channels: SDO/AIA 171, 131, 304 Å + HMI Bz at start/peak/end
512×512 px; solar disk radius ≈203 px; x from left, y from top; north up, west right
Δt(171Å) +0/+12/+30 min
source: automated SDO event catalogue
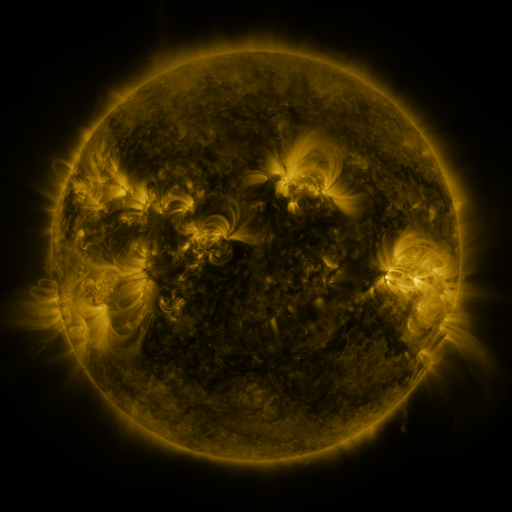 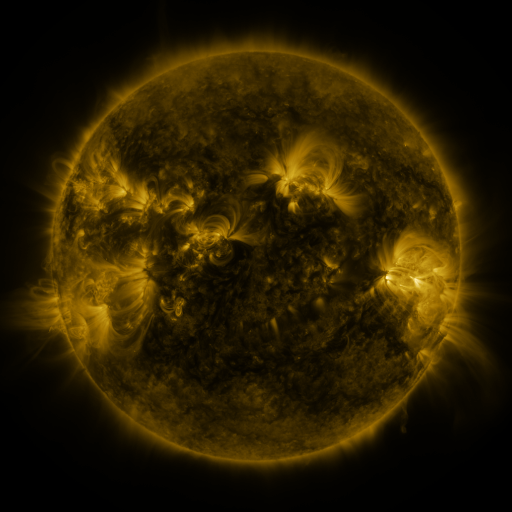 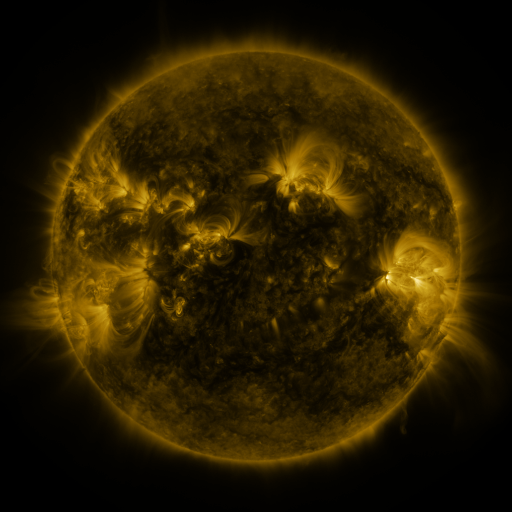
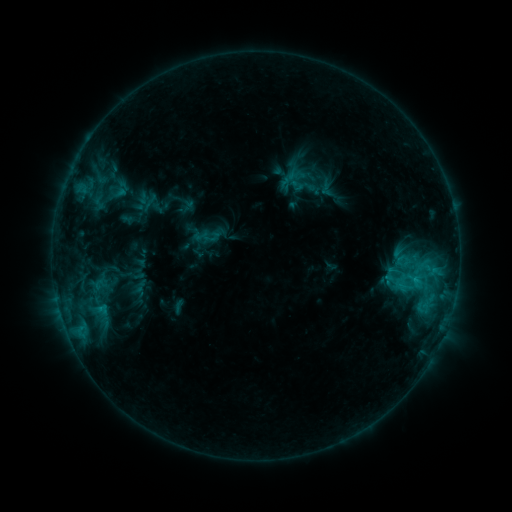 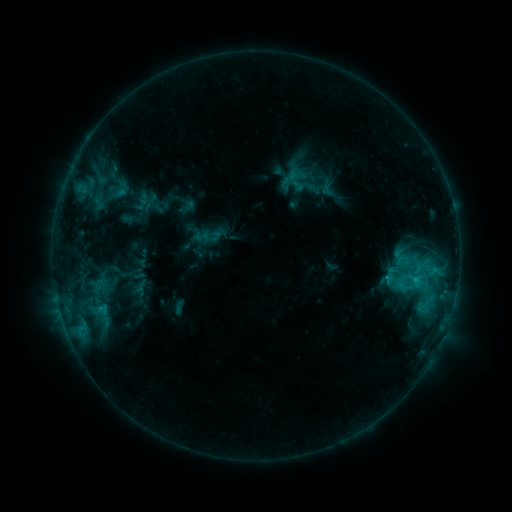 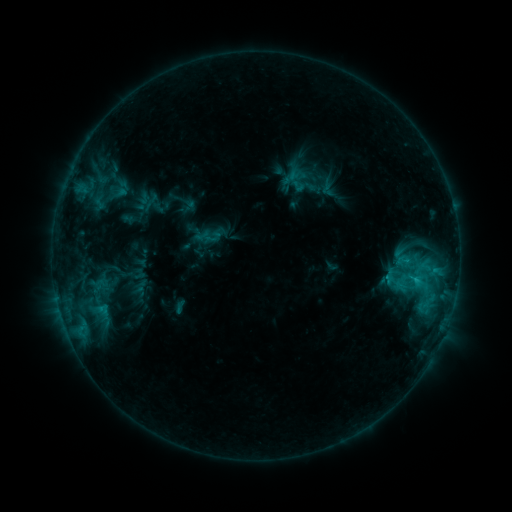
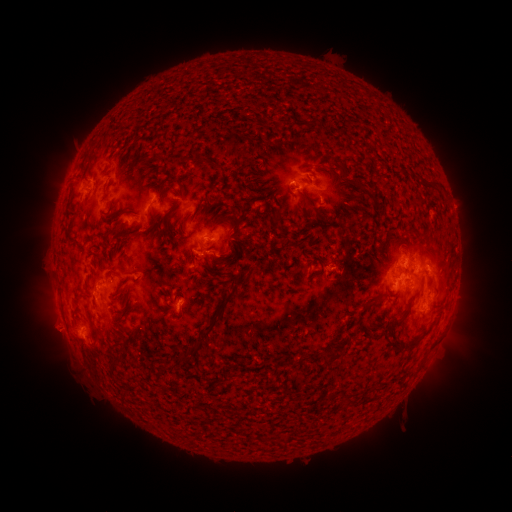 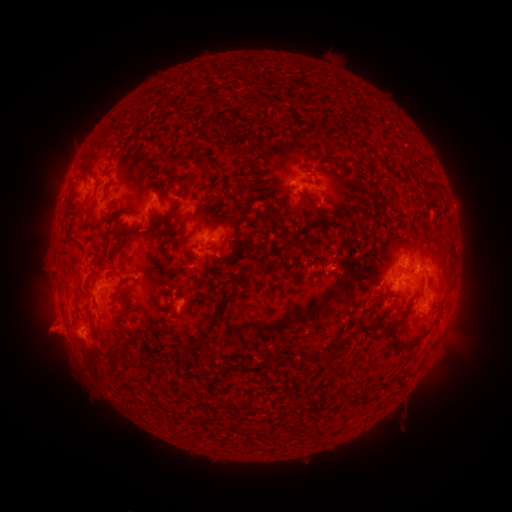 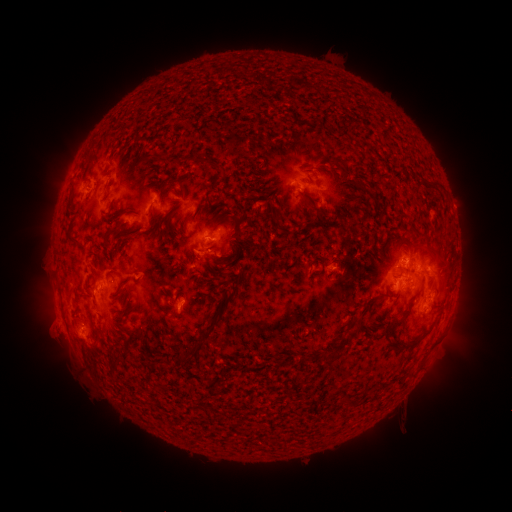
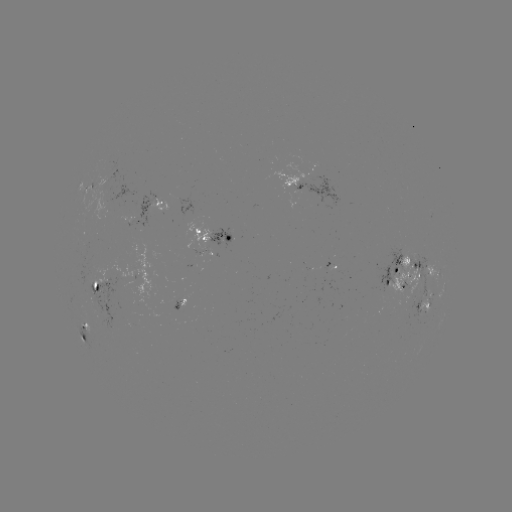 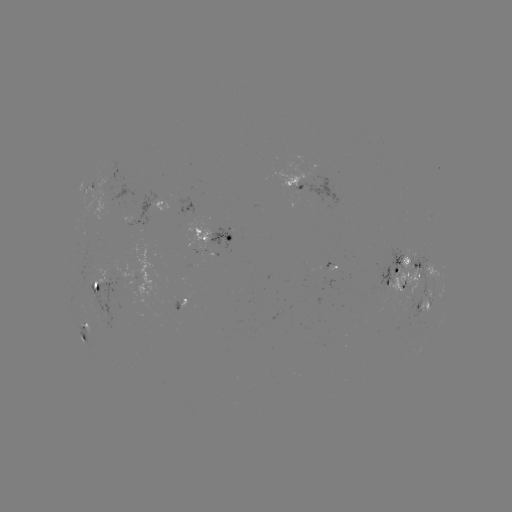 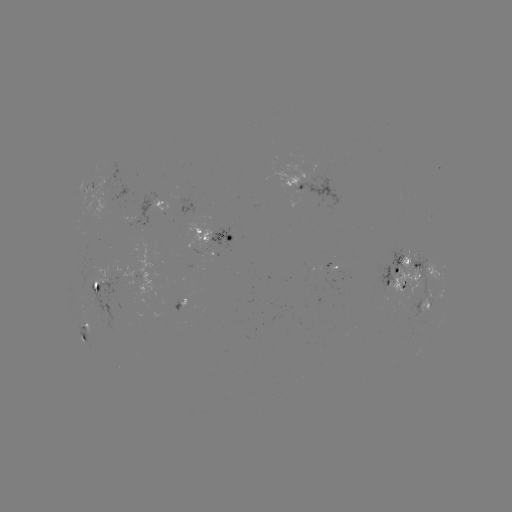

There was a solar eruption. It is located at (50, 329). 